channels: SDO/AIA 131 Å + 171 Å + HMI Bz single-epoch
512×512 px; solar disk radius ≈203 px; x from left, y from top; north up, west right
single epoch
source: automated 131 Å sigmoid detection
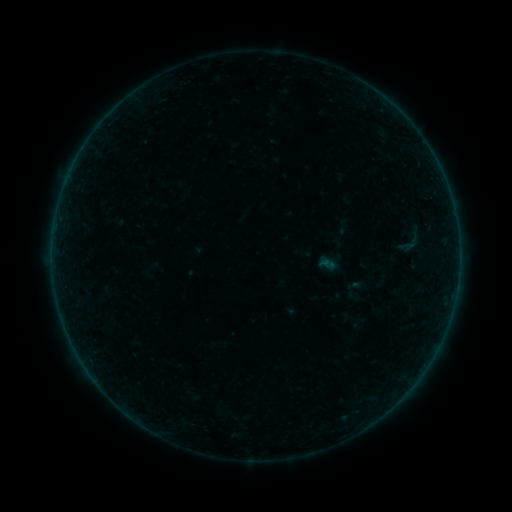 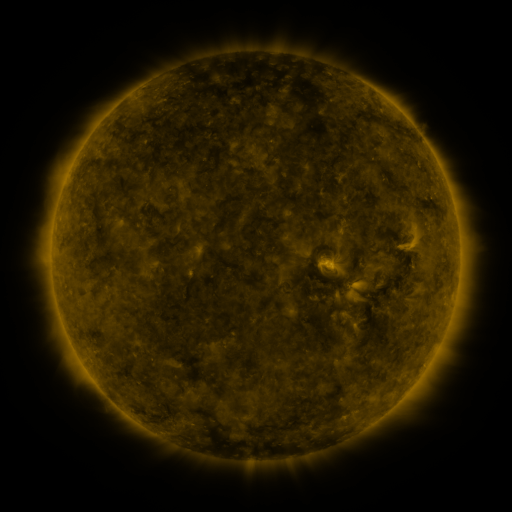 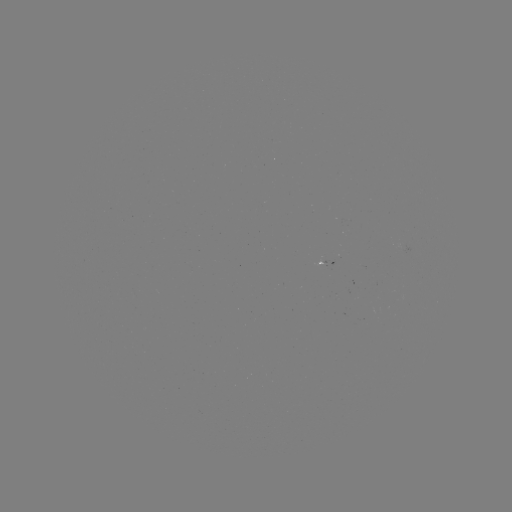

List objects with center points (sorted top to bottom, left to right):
sigmoid: (411, 240)
